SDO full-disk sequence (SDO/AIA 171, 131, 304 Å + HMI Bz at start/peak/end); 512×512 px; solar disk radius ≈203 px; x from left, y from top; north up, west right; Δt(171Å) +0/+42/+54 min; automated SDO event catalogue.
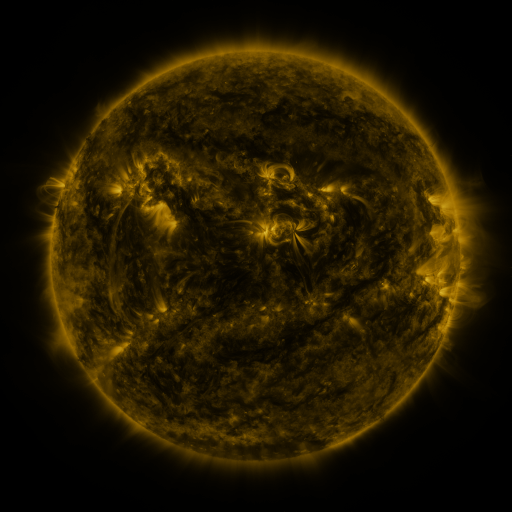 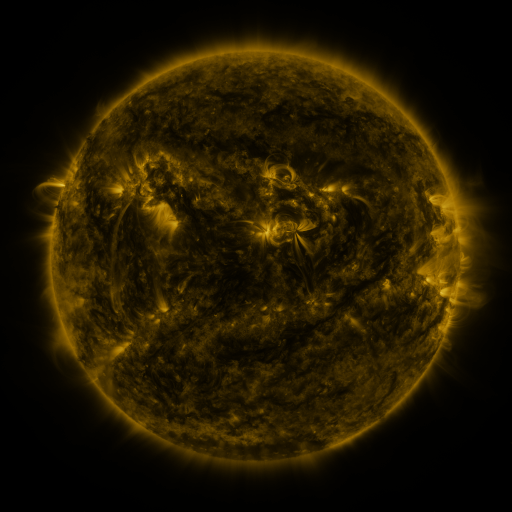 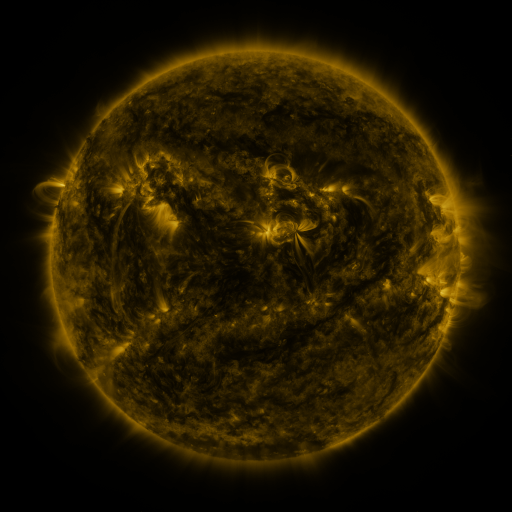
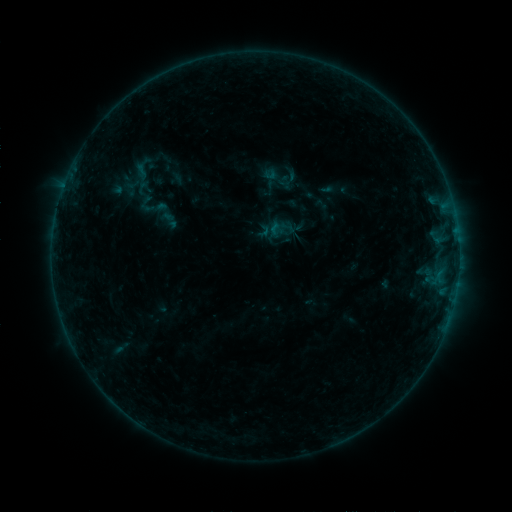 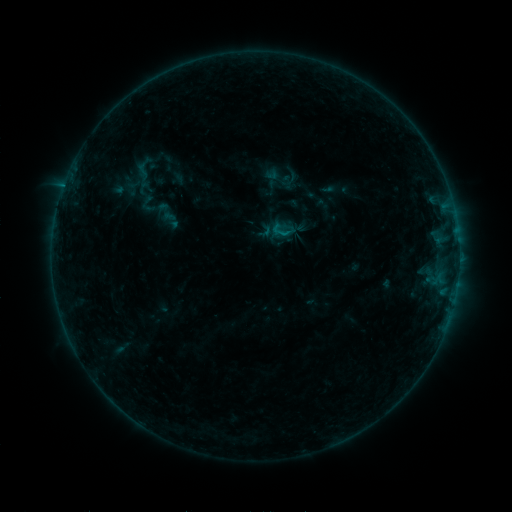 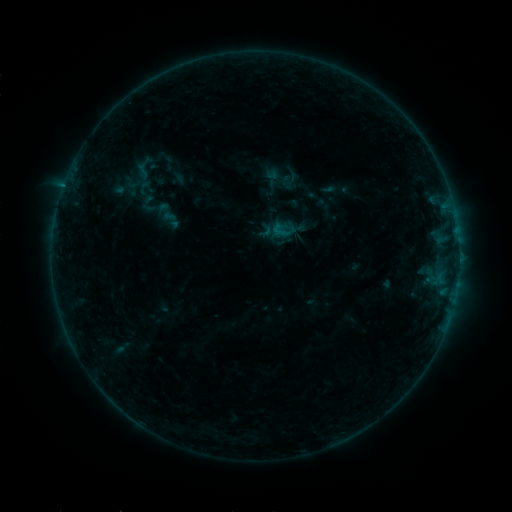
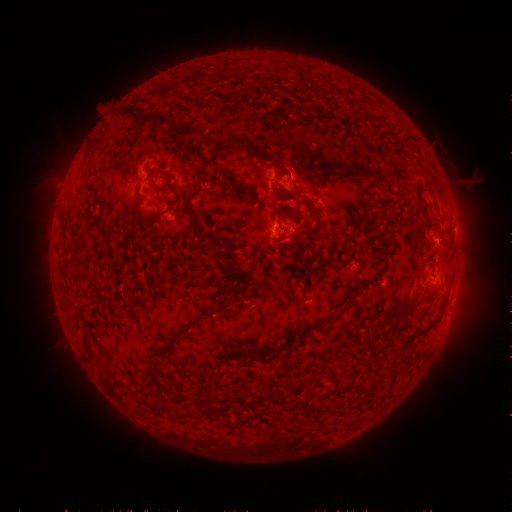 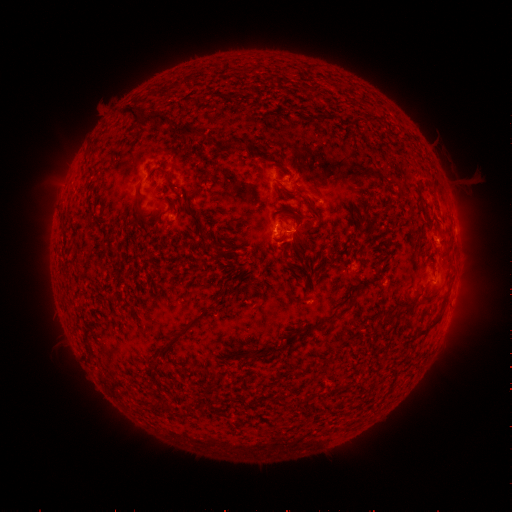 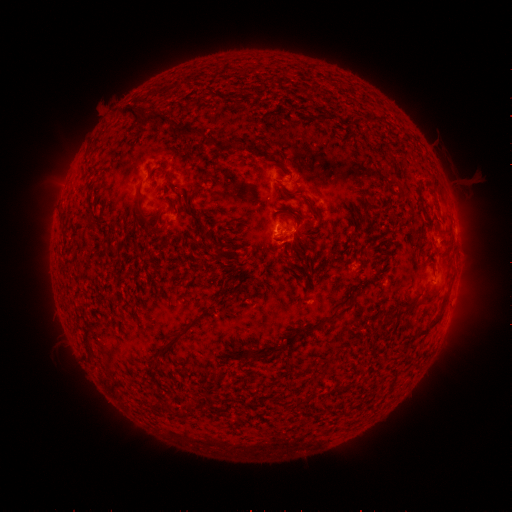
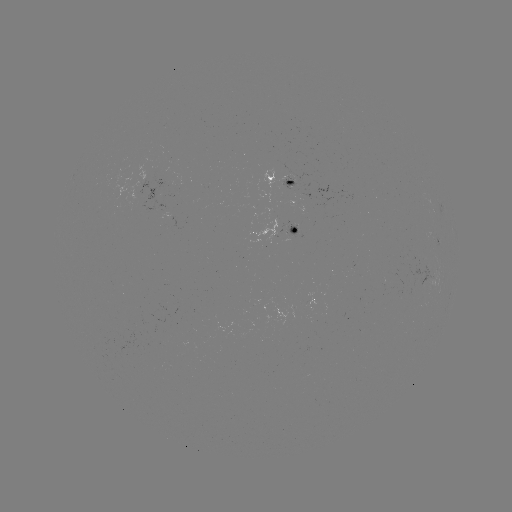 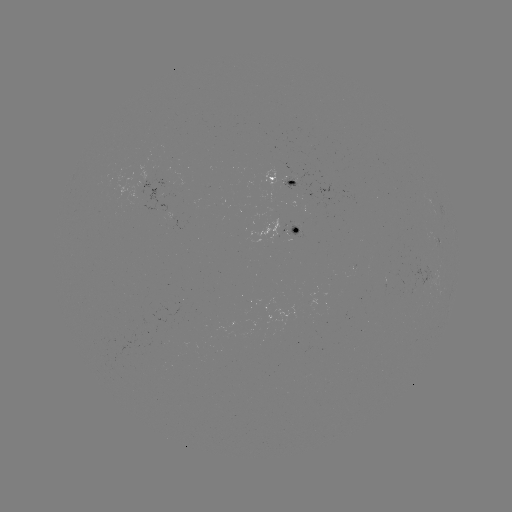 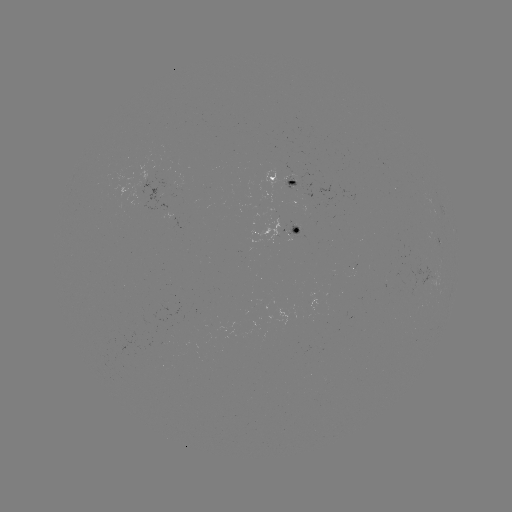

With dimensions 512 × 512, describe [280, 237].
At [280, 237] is B4.0 flare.